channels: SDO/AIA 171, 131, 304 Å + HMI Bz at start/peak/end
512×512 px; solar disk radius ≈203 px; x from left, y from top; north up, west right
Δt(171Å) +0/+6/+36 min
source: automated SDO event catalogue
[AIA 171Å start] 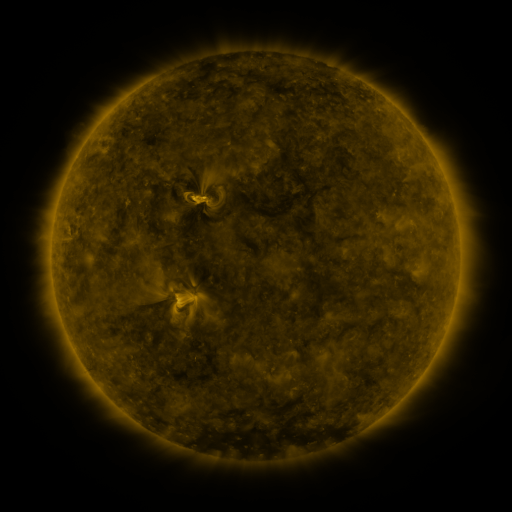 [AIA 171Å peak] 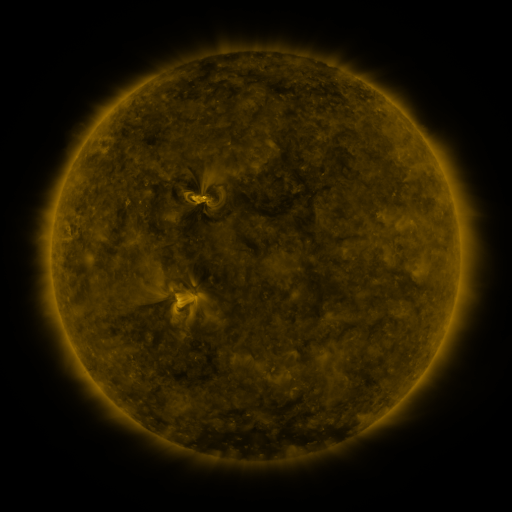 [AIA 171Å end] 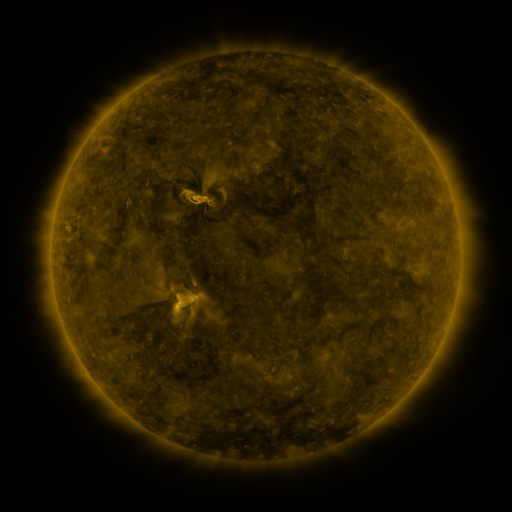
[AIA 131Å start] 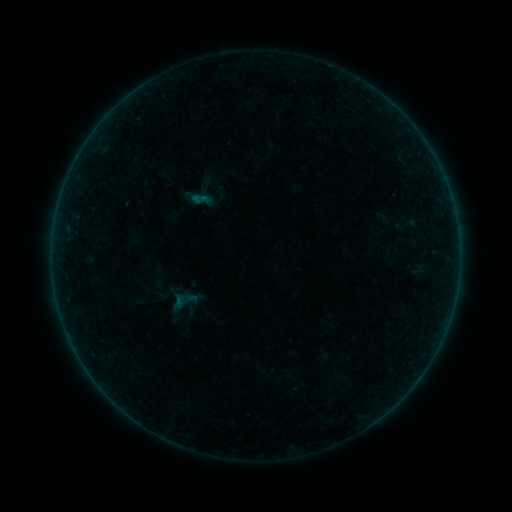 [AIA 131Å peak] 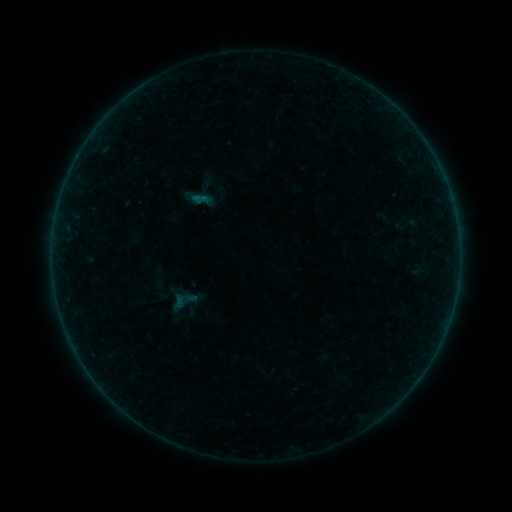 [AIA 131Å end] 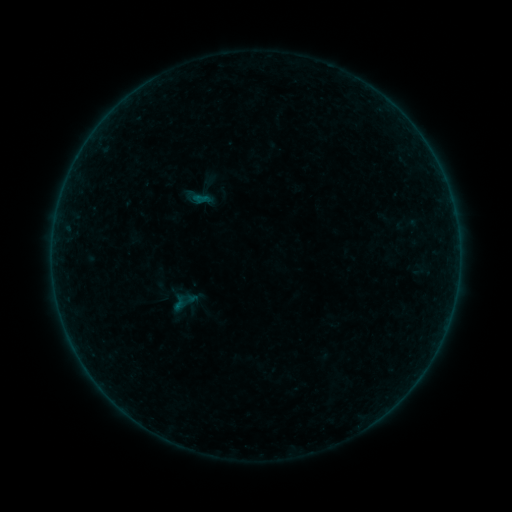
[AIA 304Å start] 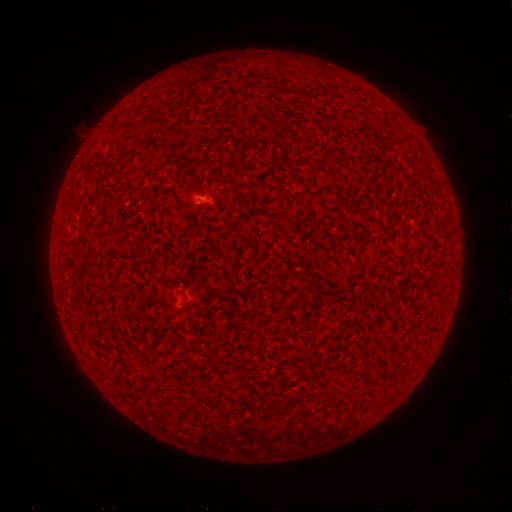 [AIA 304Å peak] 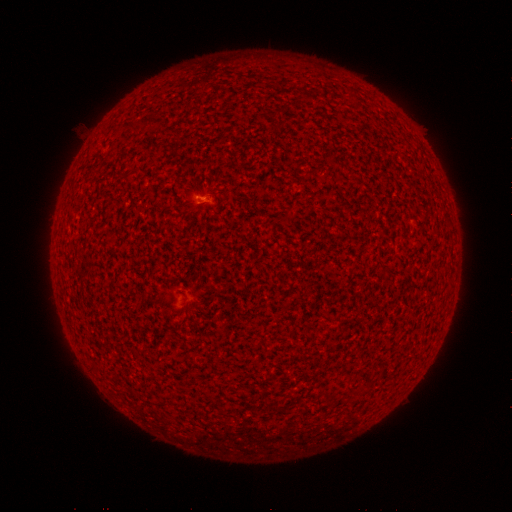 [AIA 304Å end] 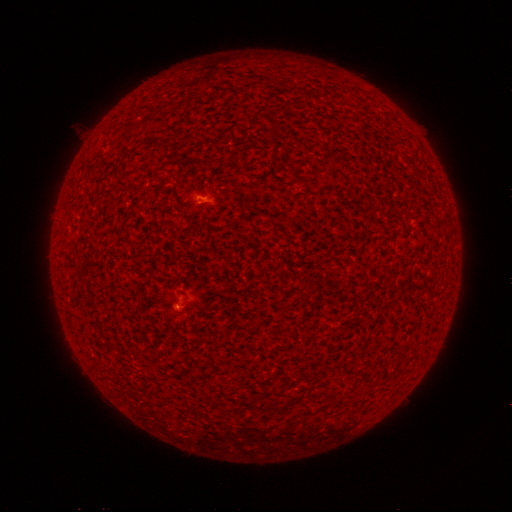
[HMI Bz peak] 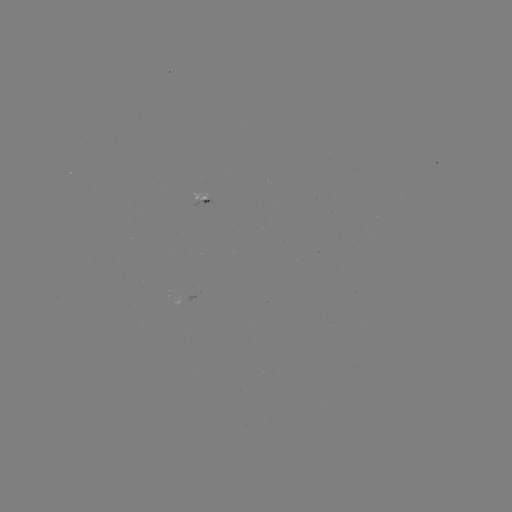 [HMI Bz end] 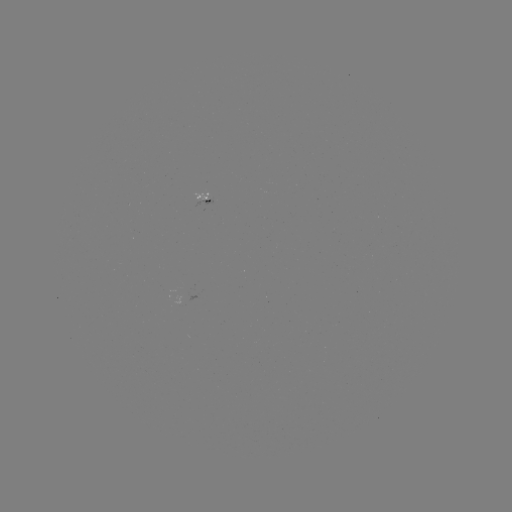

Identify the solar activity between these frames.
A2.5 flare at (200, 199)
